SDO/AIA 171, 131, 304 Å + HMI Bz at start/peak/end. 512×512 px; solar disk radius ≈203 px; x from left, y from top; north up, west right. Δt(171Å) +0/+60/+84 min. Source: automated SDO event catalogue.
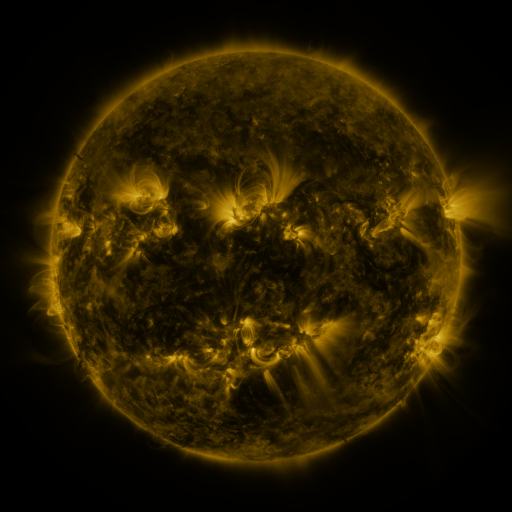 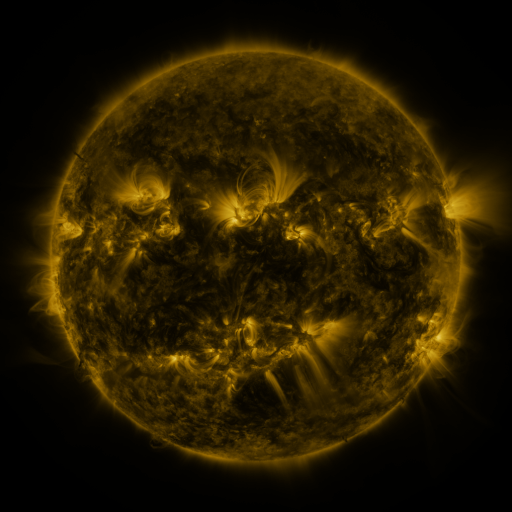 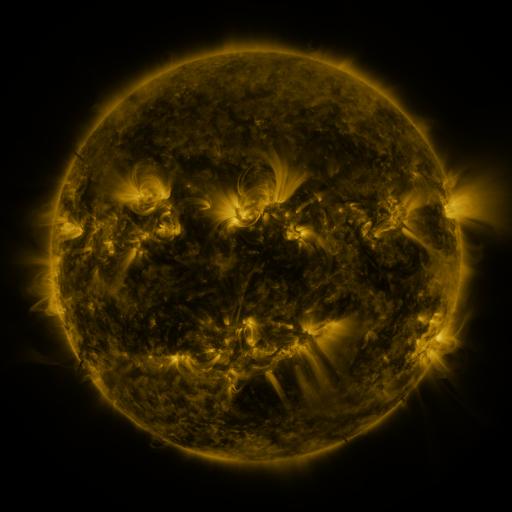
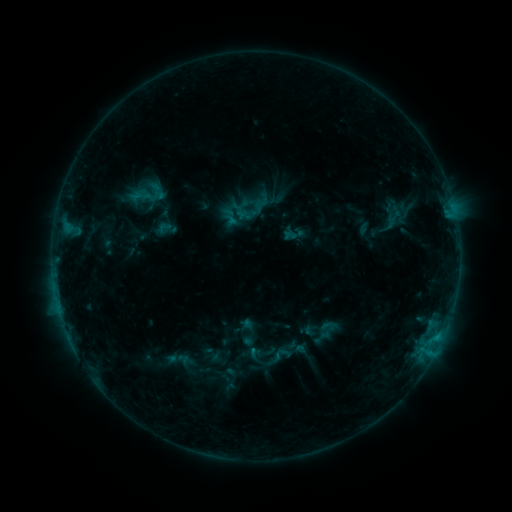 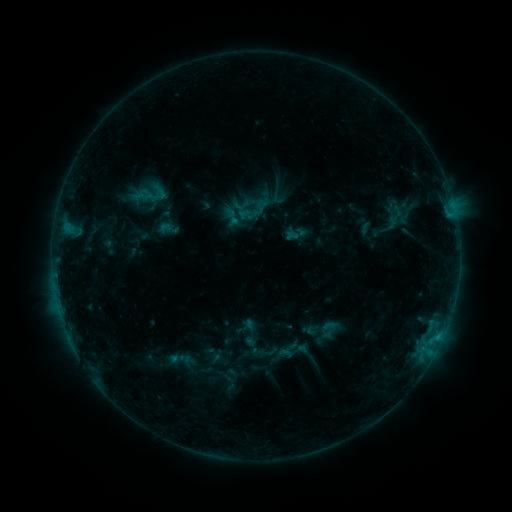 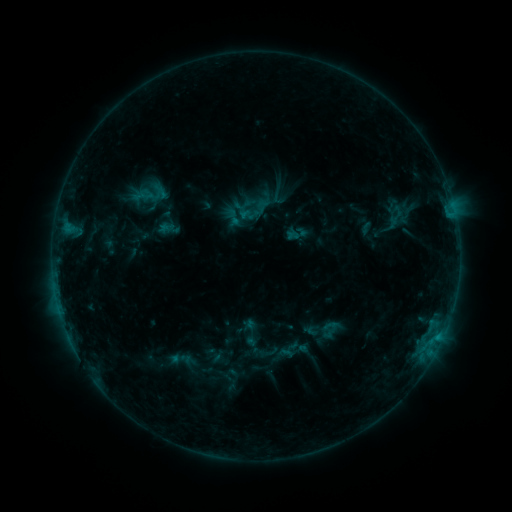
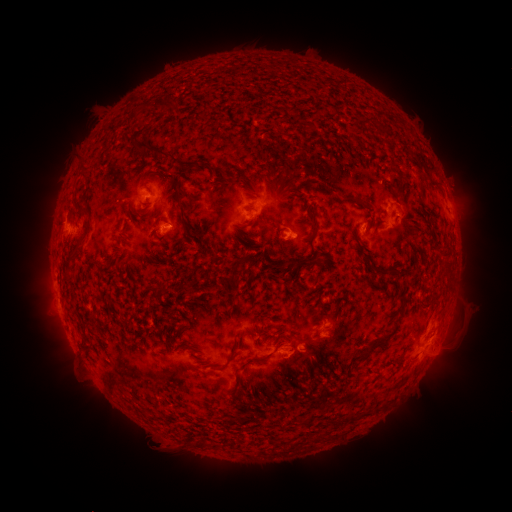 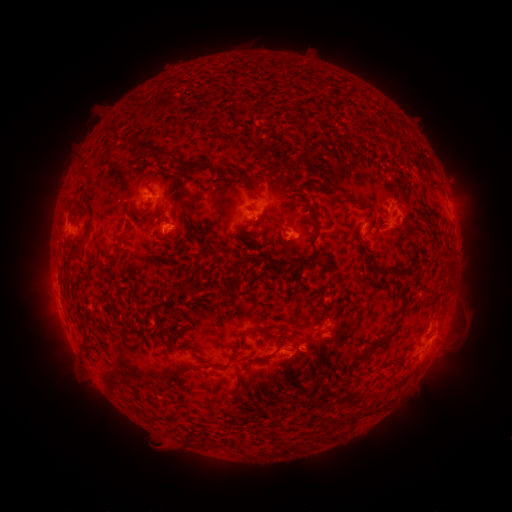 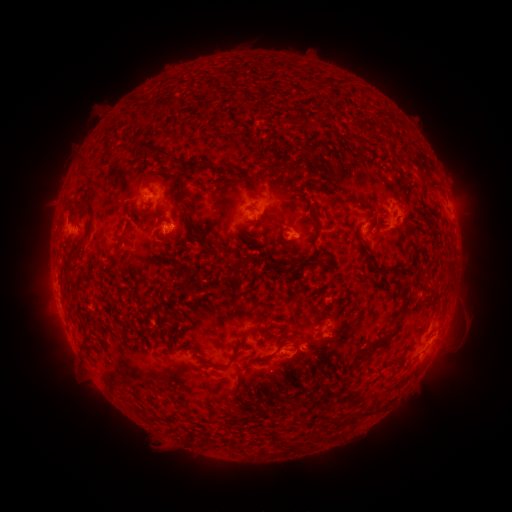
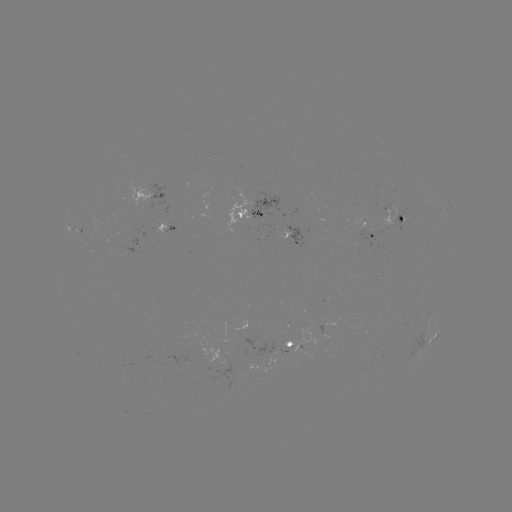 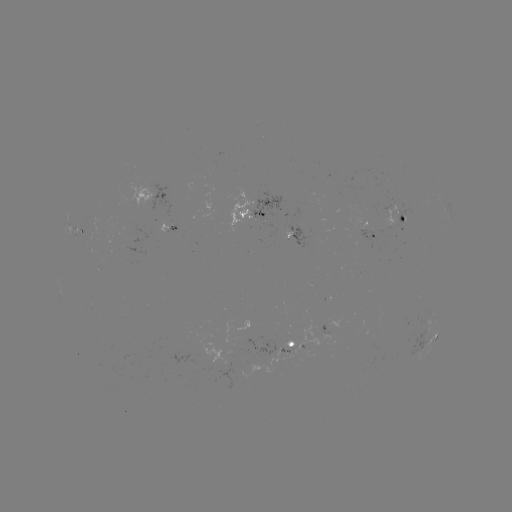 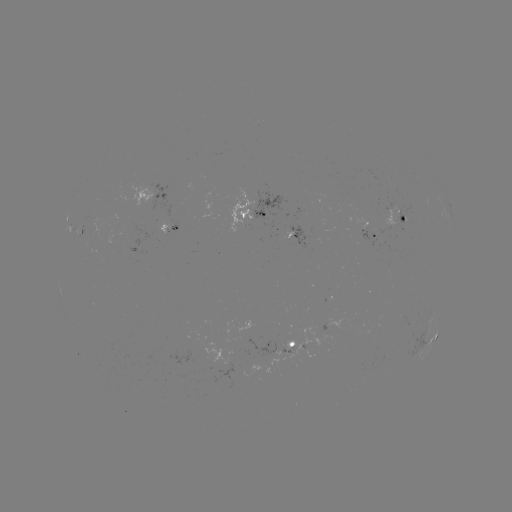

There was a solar emerging-flux region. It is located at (390, 226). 